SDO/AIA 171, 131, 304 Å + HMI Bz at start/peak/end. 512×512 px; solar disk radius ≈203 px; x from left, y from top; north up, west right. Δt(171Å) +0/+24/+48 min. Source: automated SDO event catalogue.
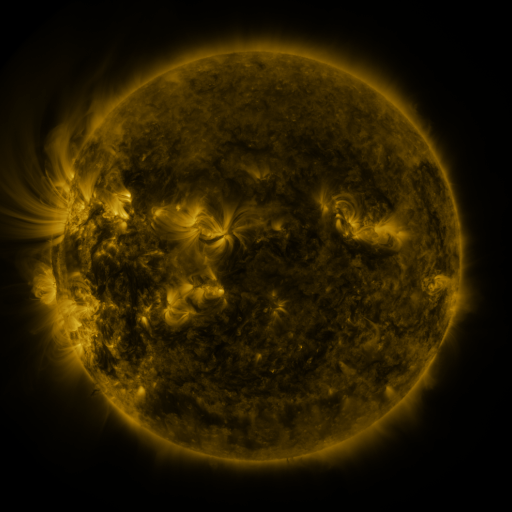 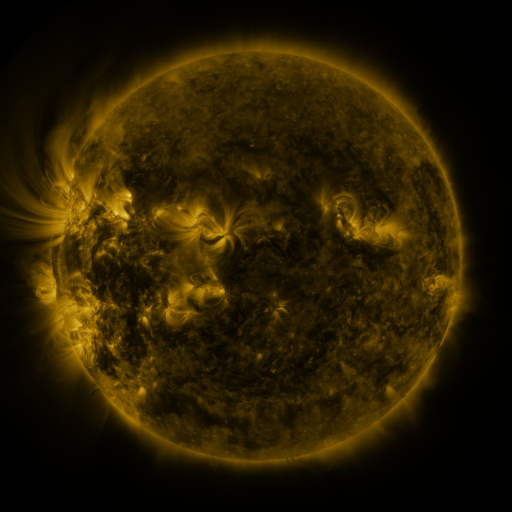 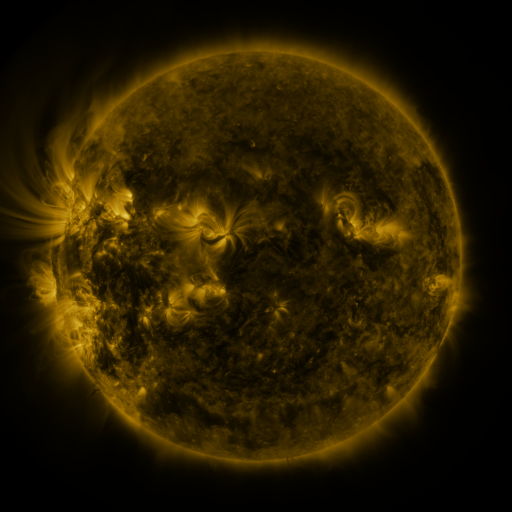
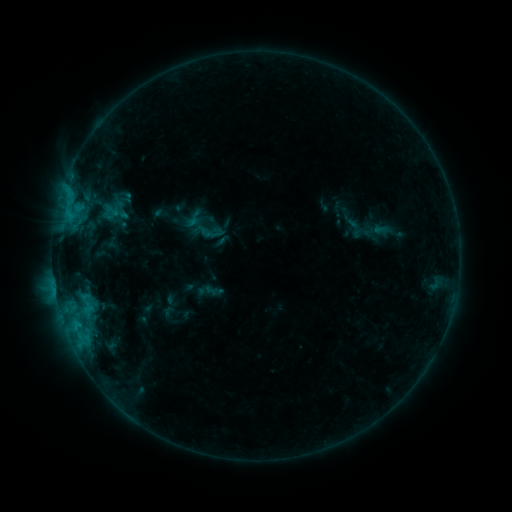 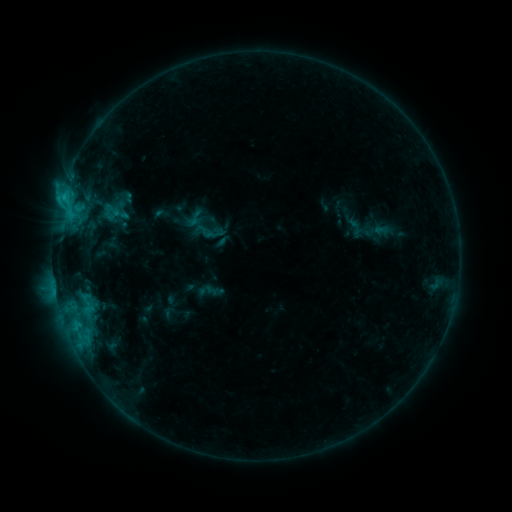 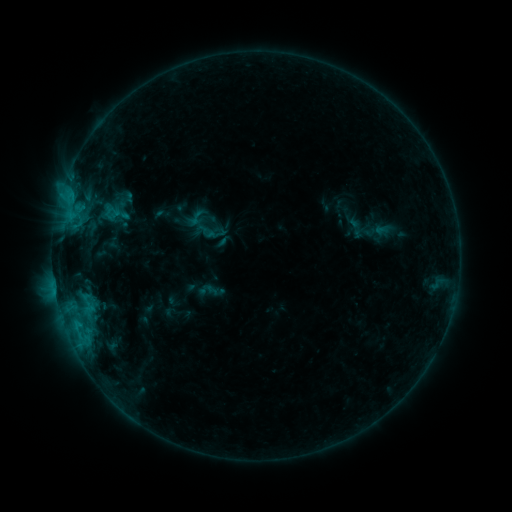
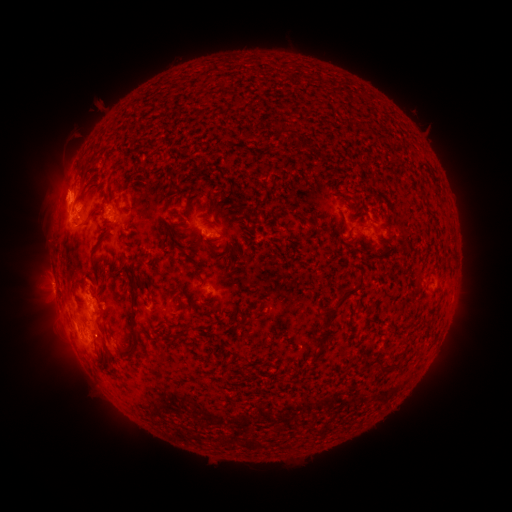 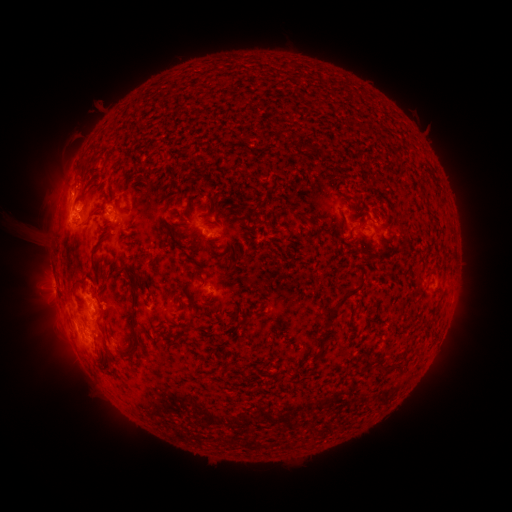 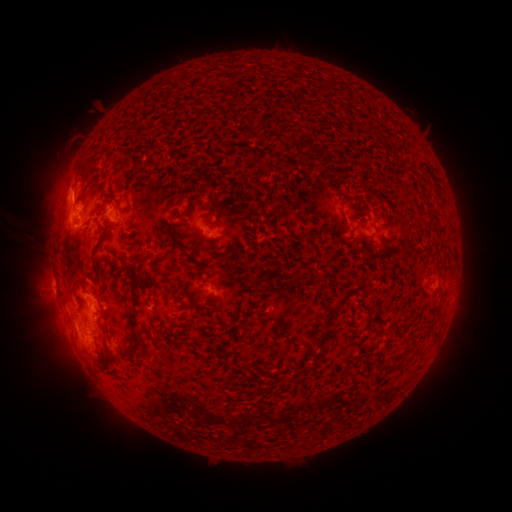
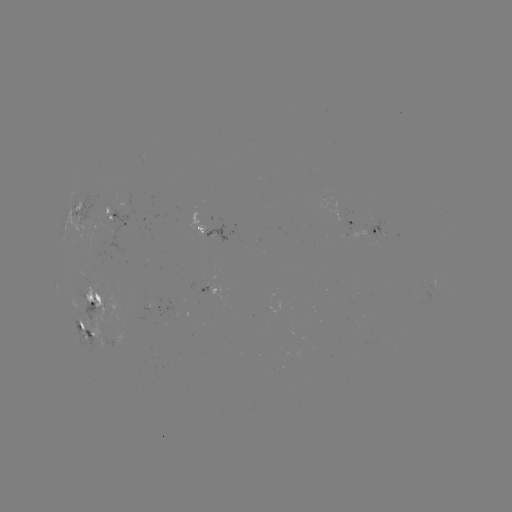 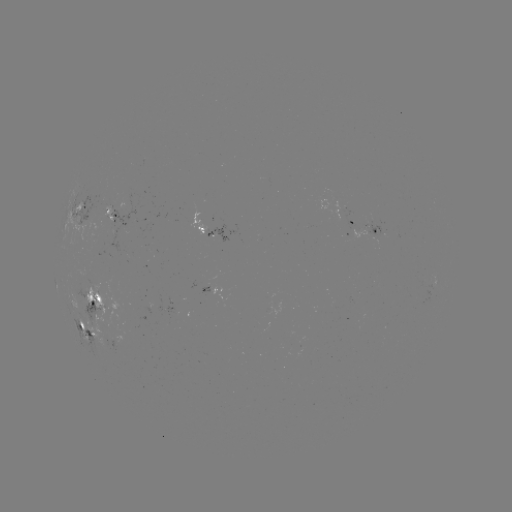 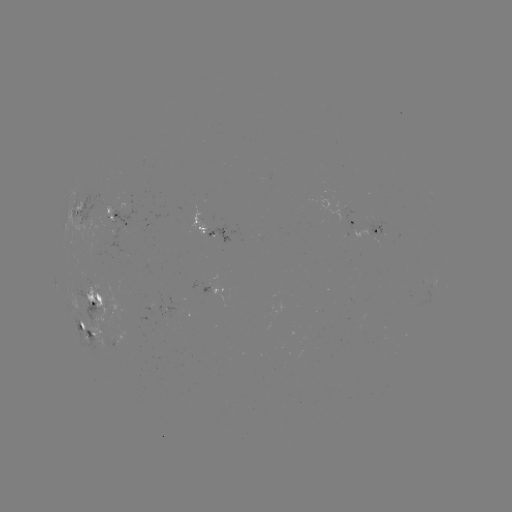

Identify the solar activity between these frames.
C1.9 flare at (64, 198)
